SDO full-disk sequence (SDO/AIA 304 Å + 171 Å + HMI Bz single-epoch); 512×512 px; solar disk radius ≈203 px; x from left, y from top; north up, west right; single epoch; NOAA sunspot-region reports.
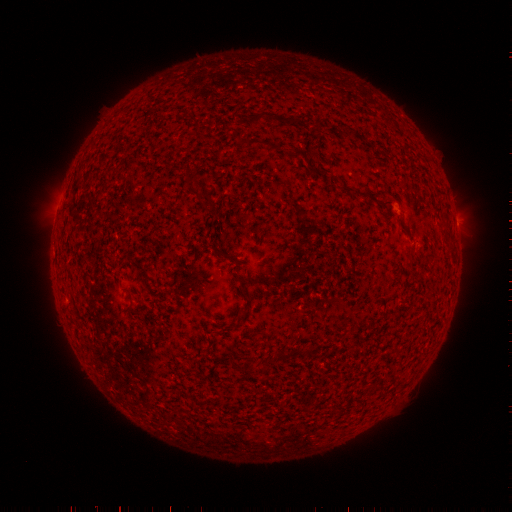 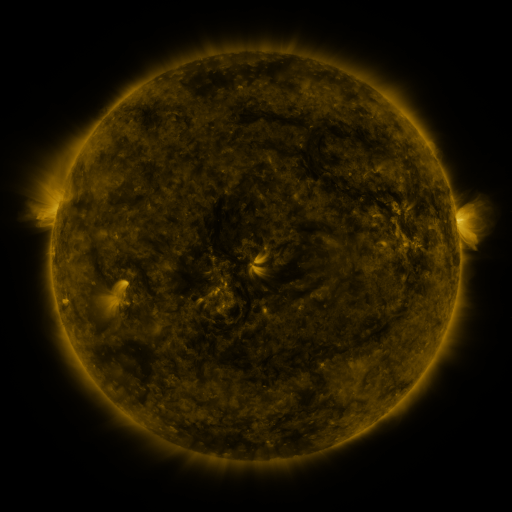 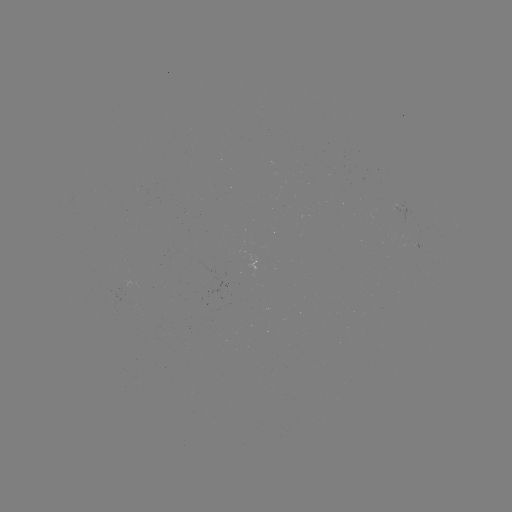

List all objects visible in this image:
(none)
